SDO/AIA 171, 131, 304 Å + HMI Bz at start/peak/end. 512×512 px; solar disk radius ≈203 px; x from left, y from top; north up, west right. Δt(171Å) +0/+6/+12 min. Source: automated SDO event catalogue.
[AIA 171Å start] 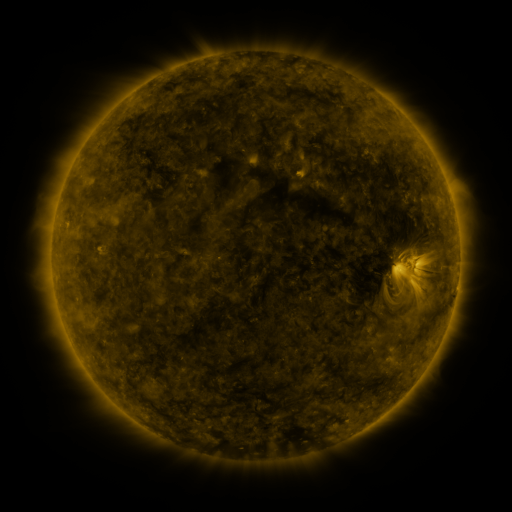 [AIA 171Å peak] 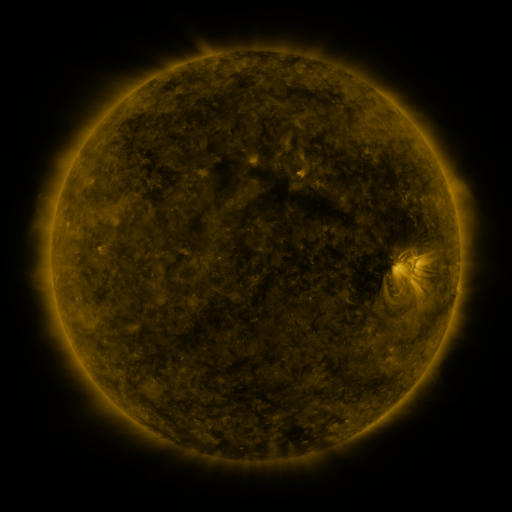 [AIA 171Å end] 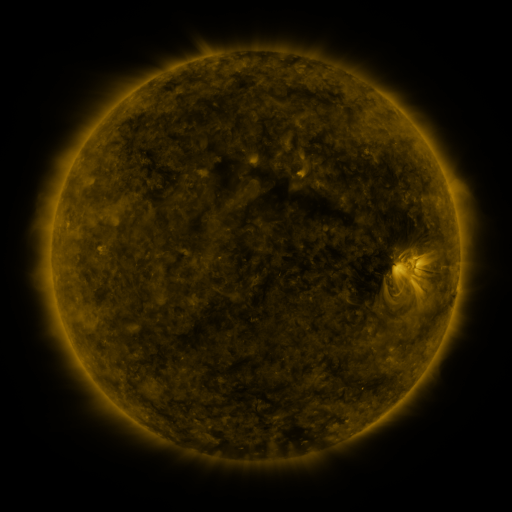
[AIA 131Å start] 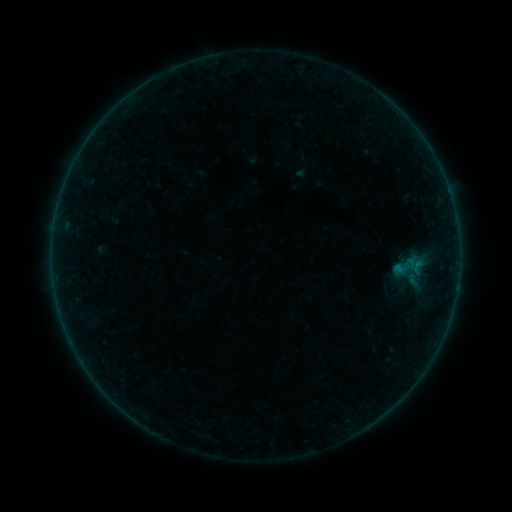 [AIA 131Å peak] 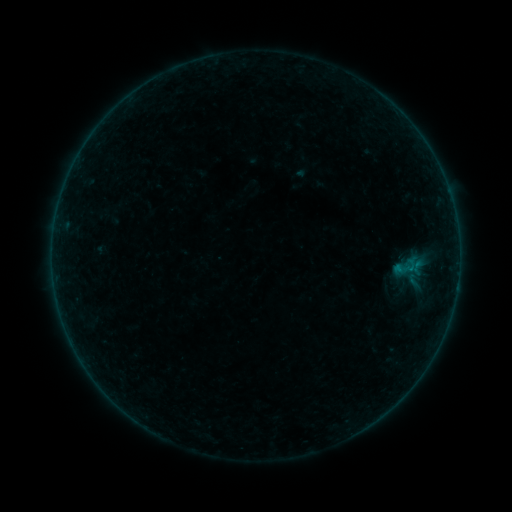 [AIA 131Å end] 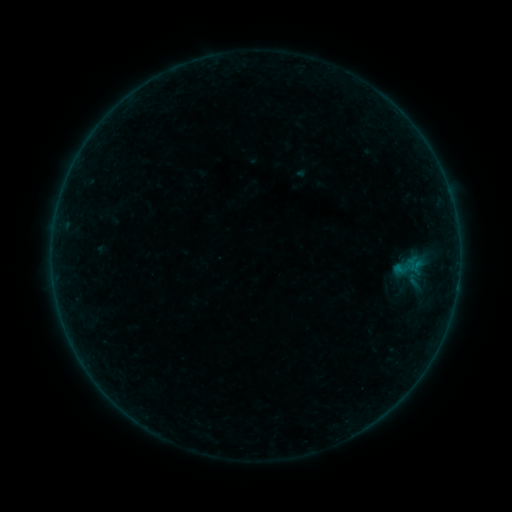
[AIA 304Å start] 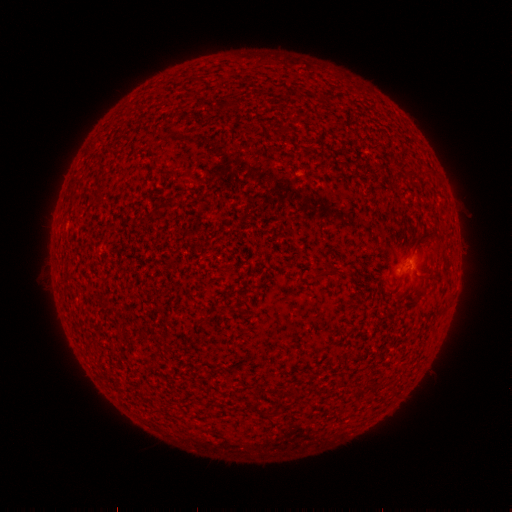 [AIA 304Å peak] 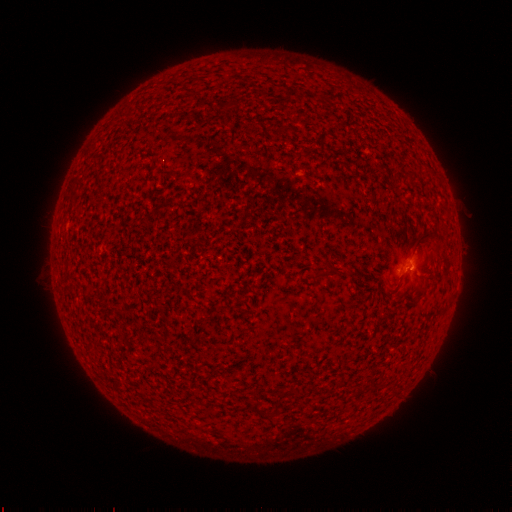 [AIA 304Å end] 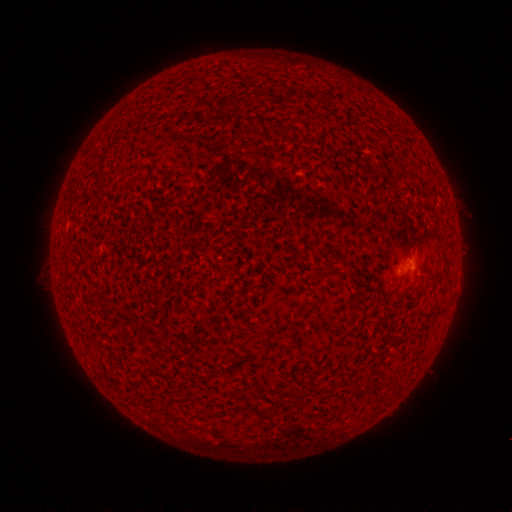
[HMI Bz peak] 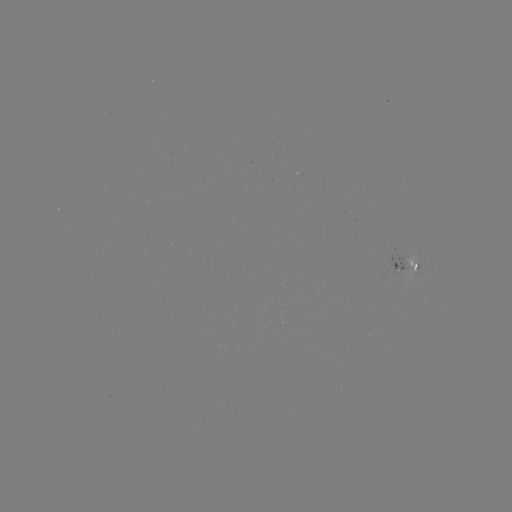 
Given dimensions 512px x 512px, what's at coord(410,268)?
B1.0 flare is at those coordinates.